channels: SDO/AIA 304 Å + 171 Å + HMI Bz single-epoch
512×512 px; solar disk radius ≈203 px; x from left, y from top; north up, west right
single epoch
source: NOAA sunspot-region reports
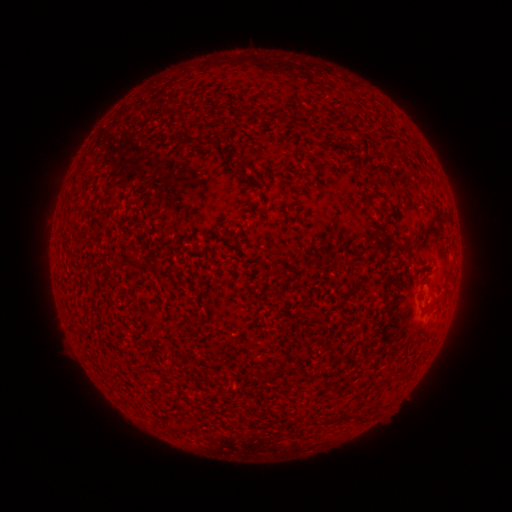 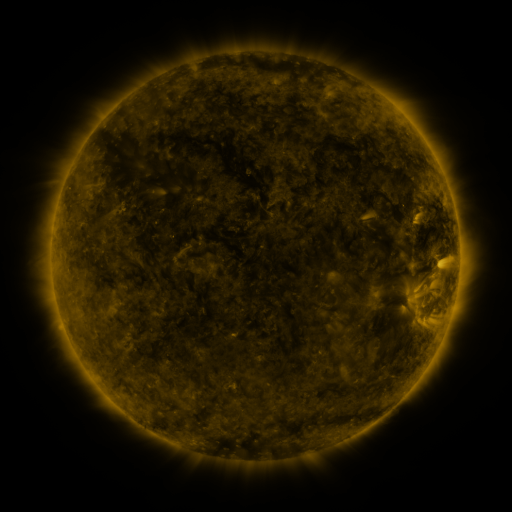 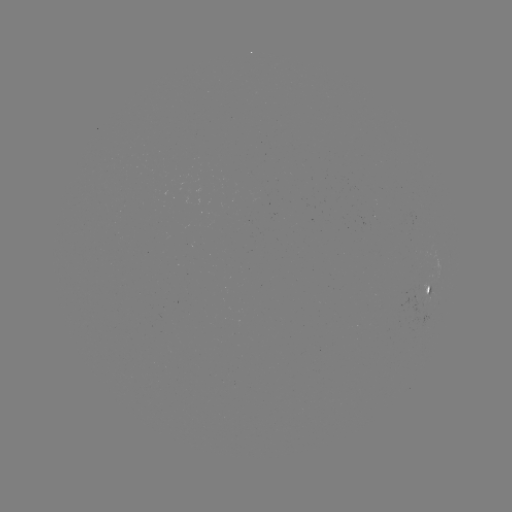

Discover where spotted active region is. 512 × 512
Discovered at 429,292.